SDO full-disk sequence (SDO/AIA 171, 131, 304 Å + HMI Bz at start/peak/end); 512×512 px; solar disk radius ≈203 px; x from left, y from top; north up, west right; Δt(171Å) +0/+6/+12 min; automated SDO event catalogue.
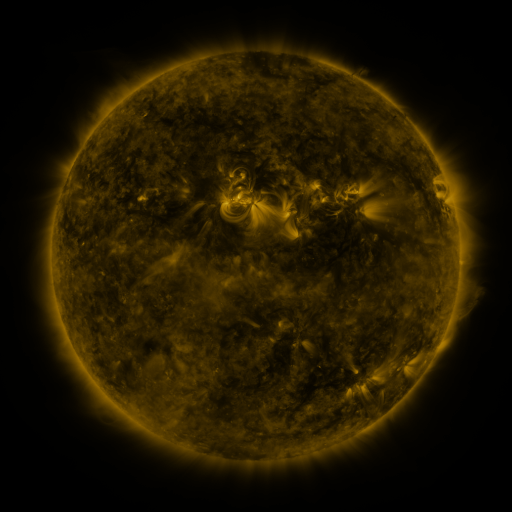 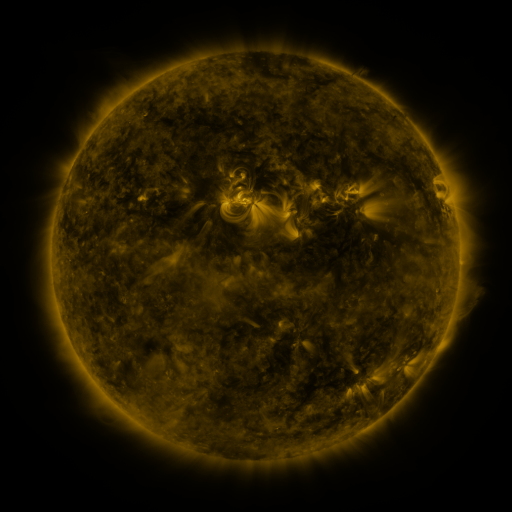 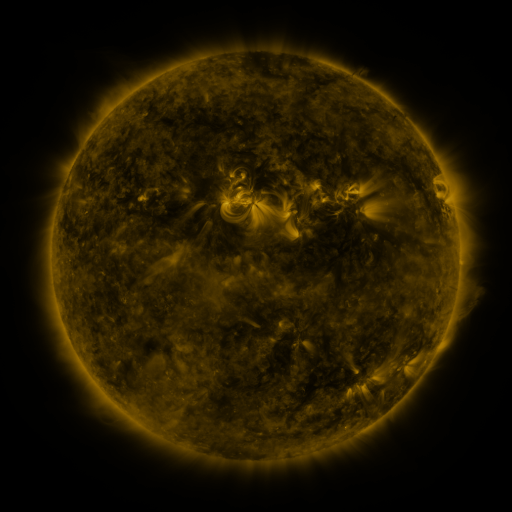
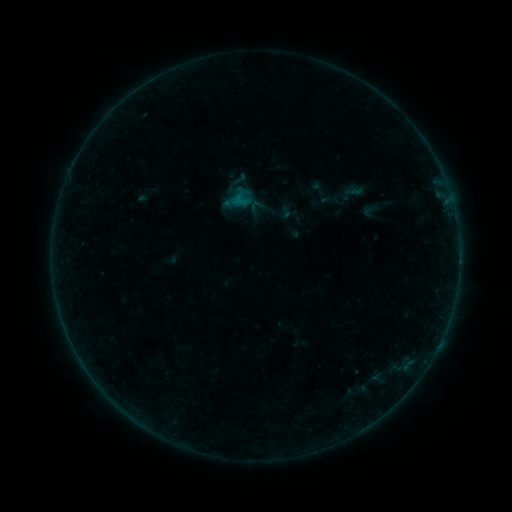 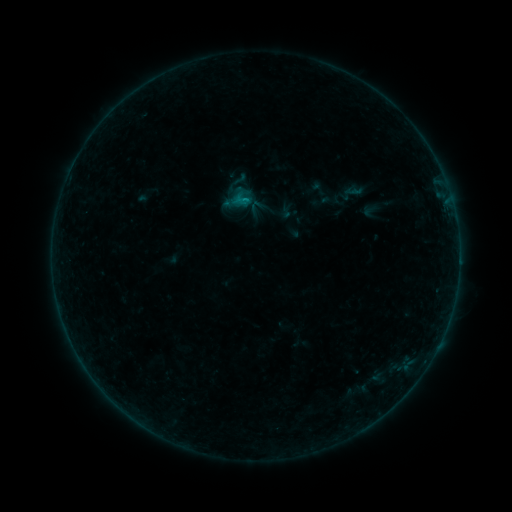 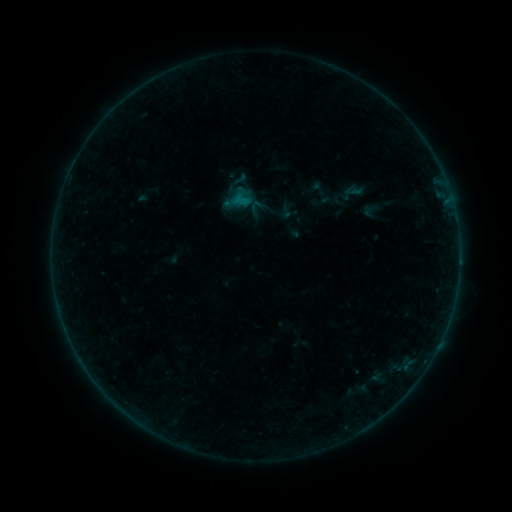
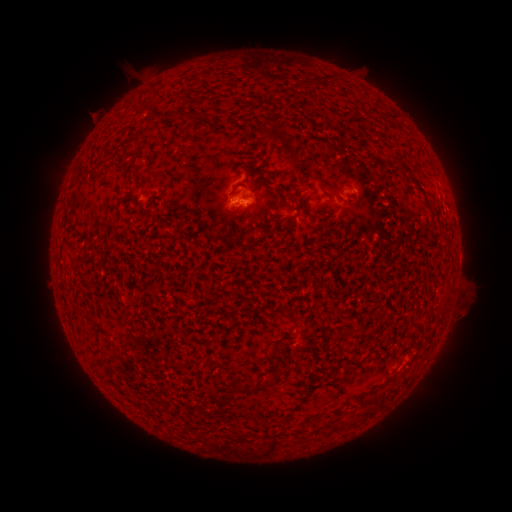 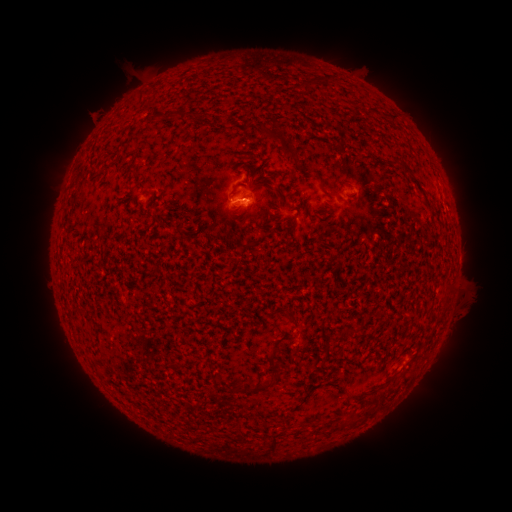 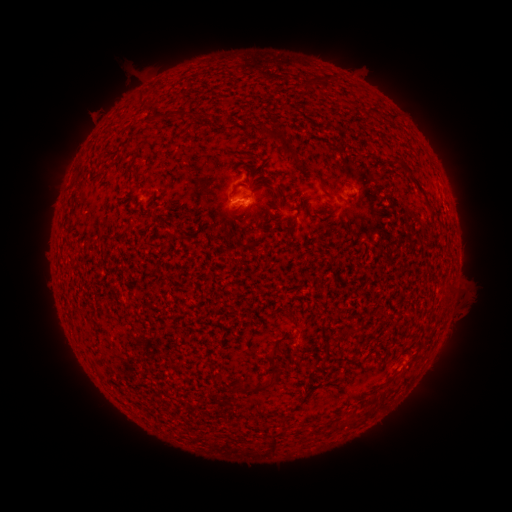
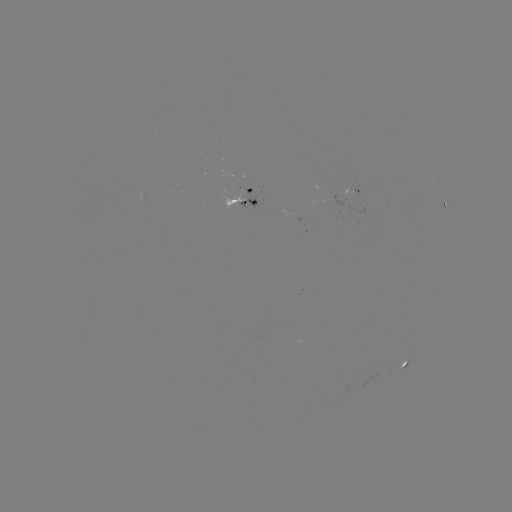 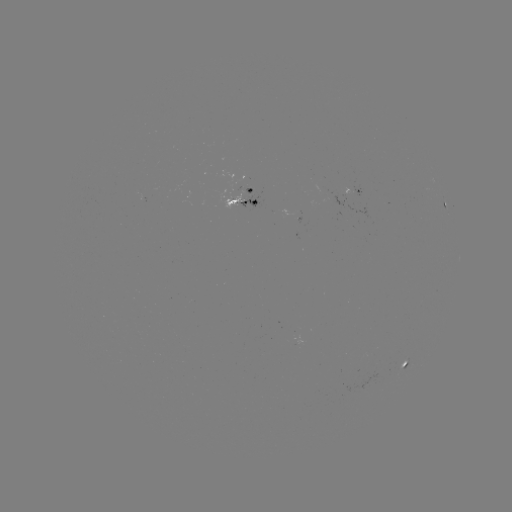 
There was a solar flare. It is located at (245, 203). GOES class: B2.7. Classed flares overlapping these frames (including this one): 1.